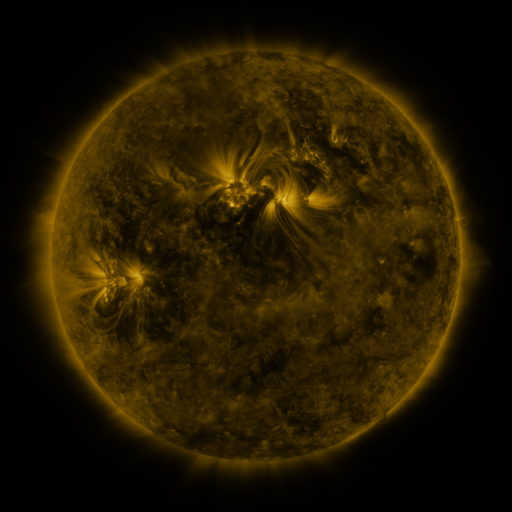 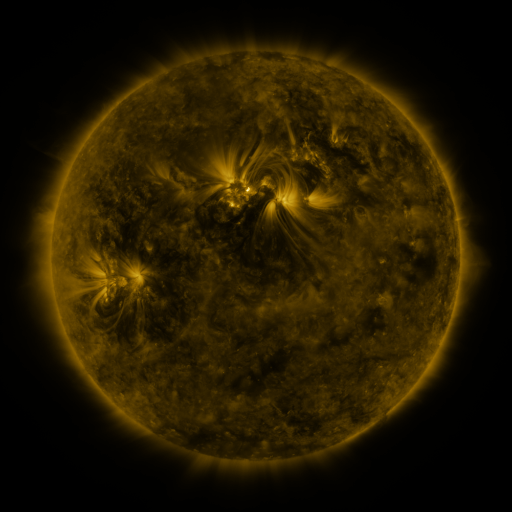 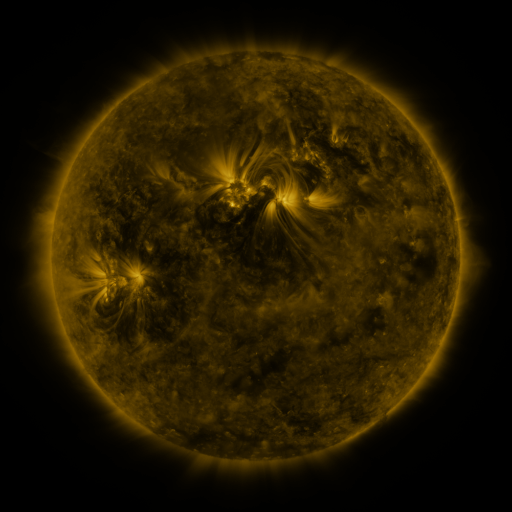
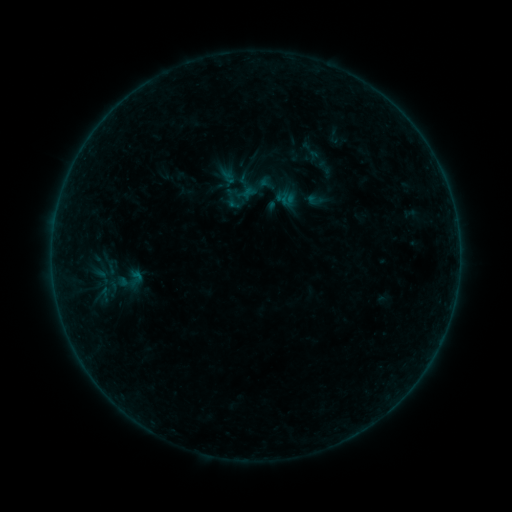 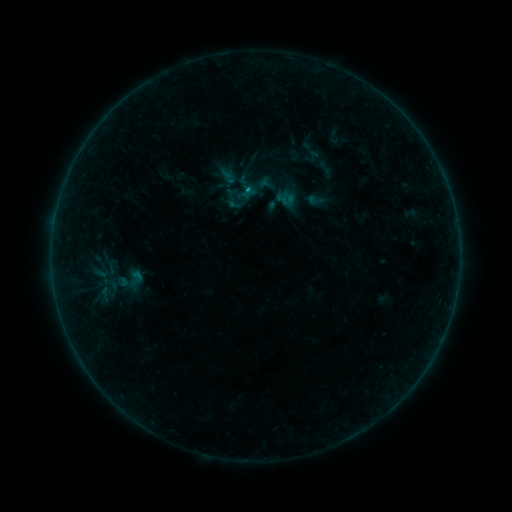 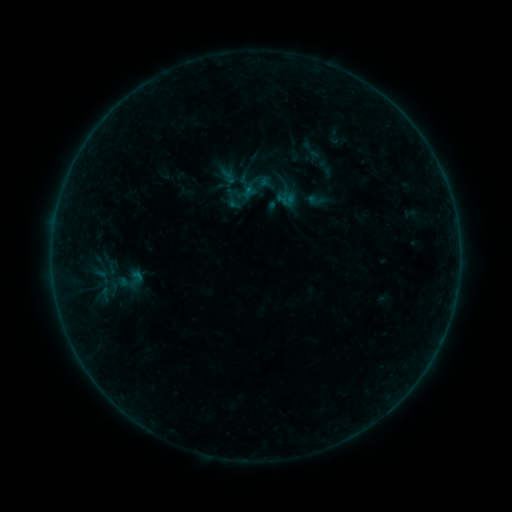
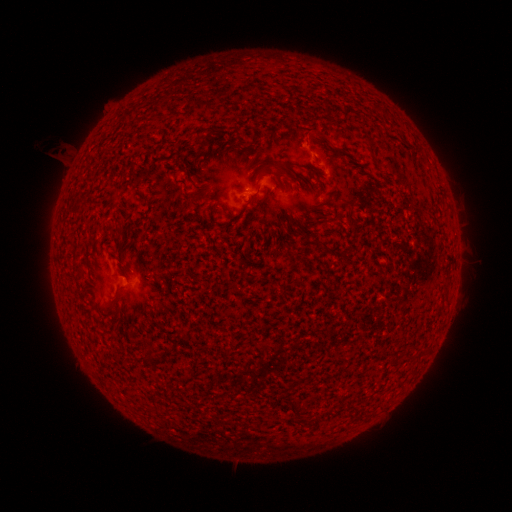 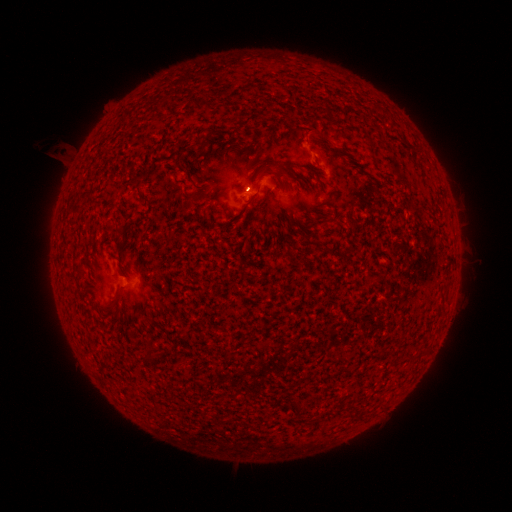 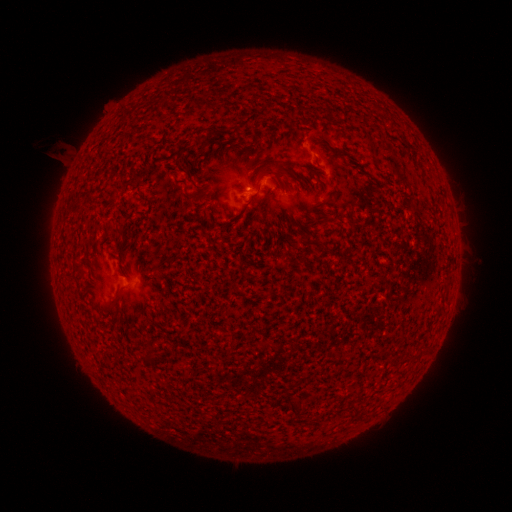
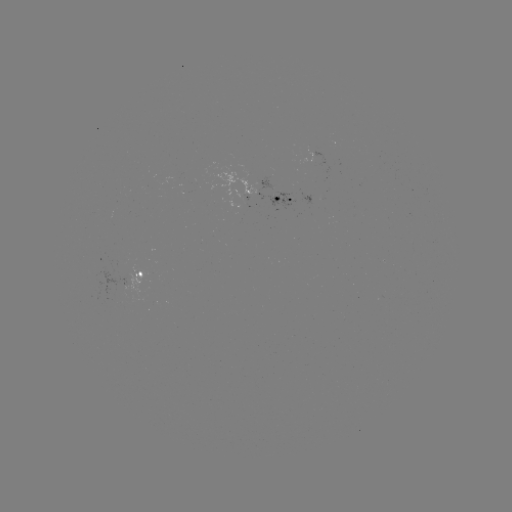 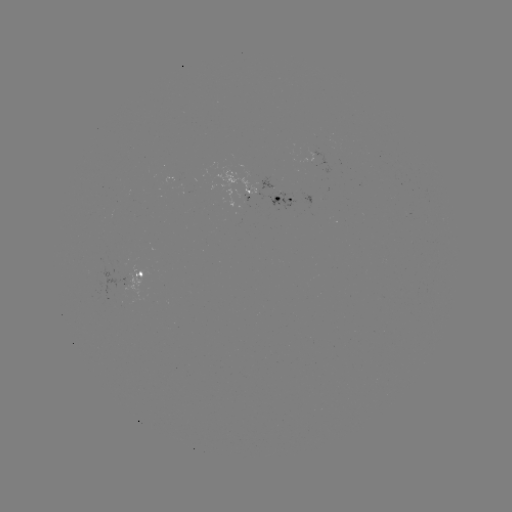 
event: flare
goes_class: B2.6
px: (249, 190)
